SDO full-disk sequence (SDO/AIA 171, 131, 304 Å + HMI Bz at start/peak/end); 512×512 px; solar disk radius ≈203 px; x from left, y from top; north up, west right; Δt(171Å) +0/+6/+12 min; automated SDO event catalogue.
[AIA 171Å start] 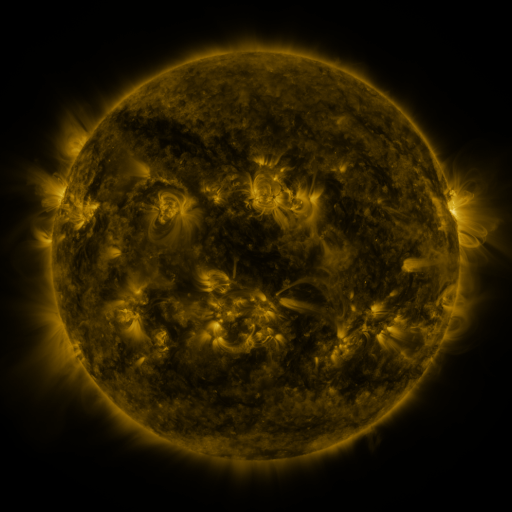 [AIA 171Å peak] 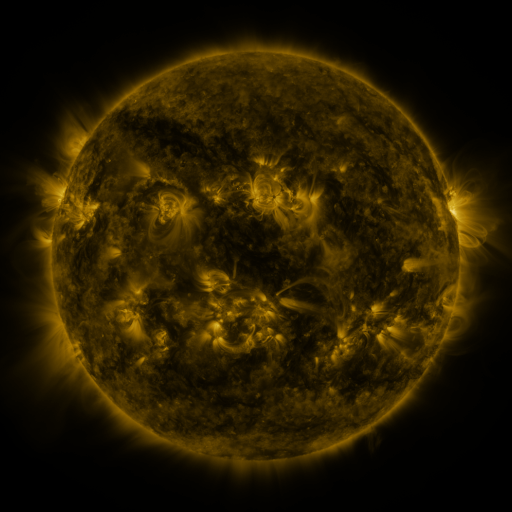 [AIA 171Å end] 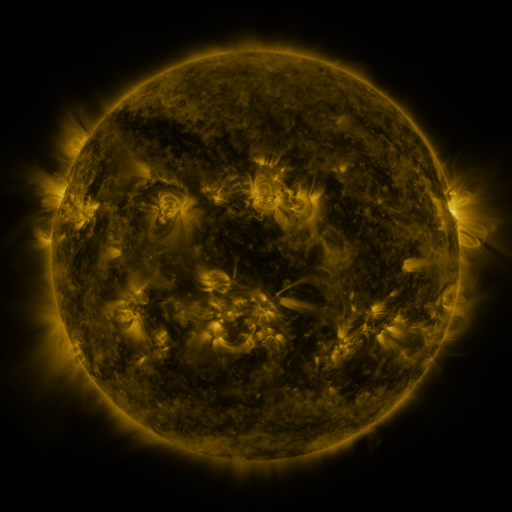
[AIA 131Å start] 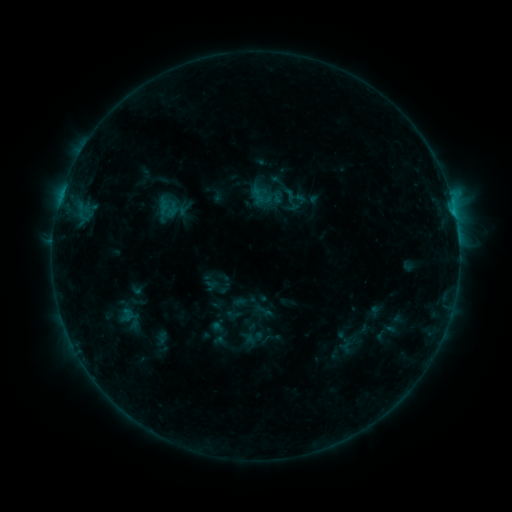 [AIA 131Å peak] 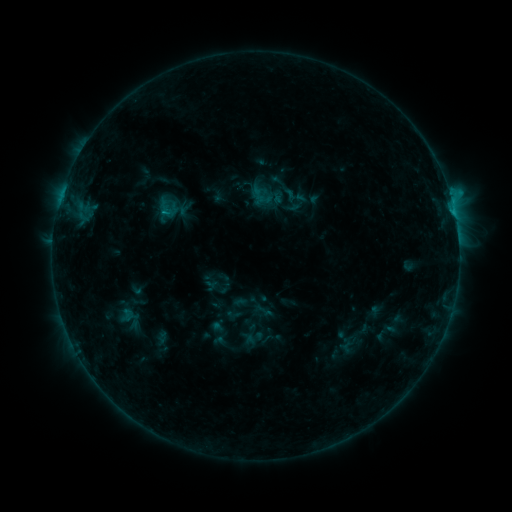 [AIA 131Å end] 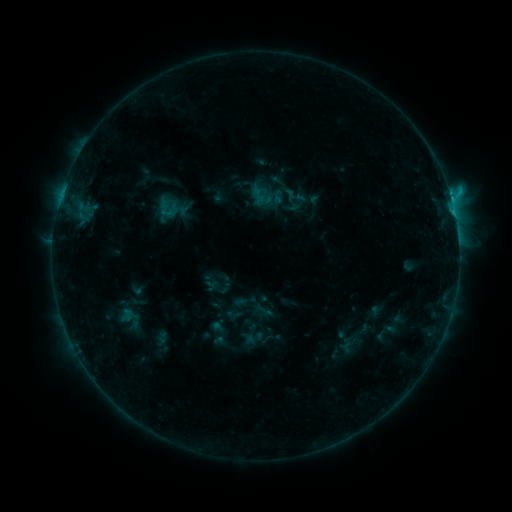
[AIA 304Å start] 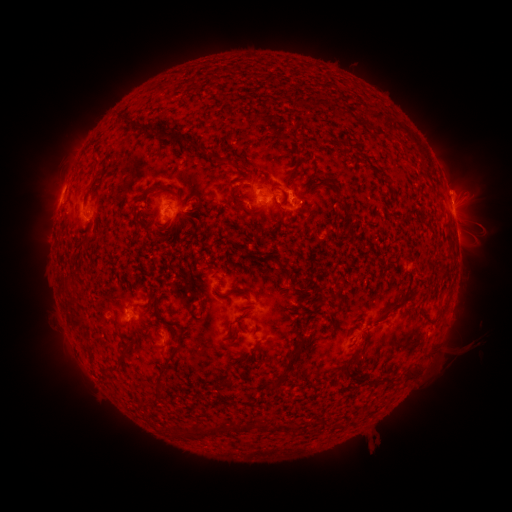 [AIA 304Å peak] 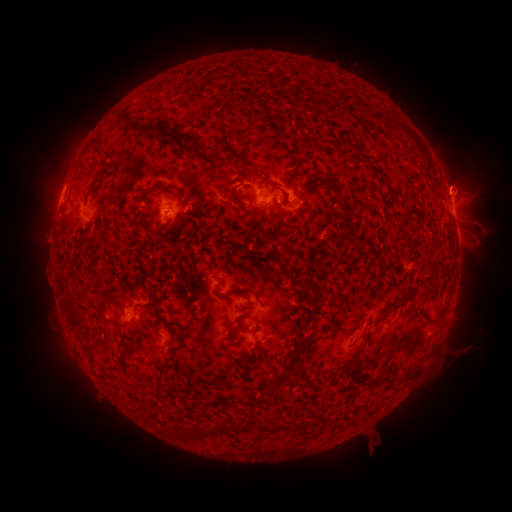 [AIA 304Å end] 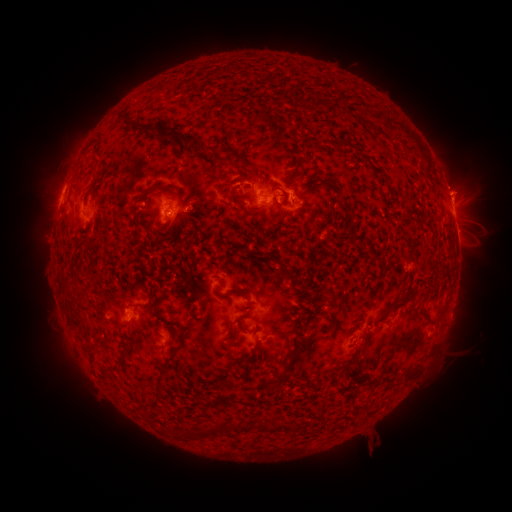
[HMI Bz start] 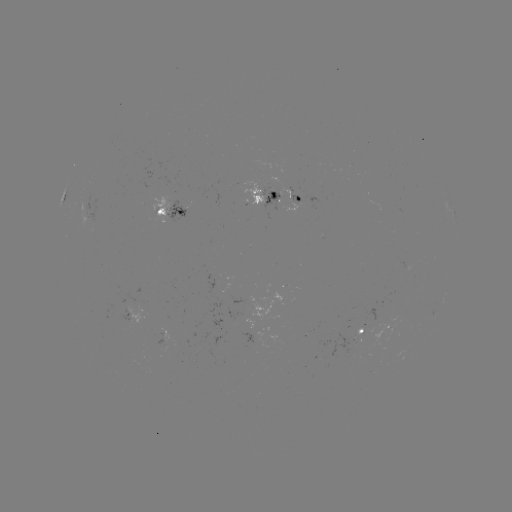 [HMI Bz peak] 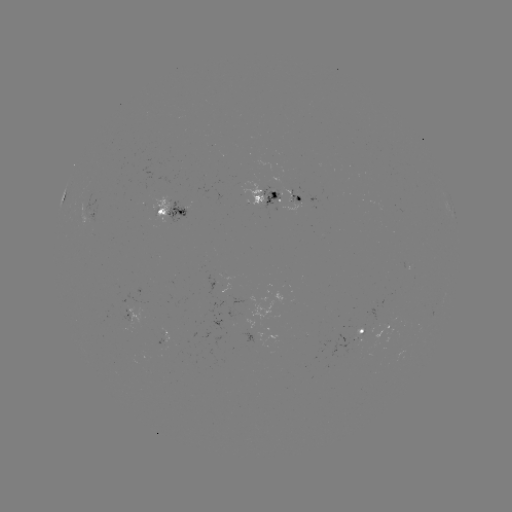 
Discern eruption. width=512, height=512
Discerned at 459,183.